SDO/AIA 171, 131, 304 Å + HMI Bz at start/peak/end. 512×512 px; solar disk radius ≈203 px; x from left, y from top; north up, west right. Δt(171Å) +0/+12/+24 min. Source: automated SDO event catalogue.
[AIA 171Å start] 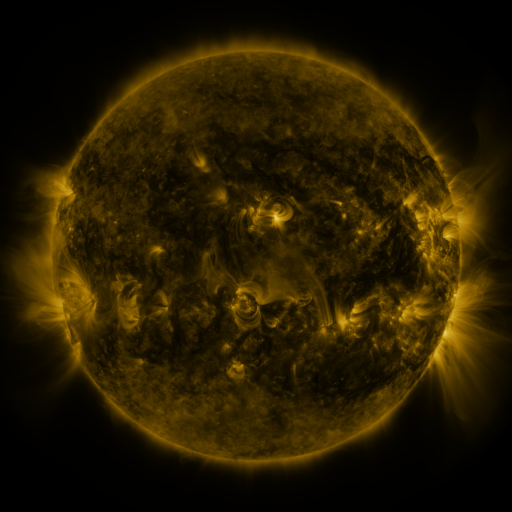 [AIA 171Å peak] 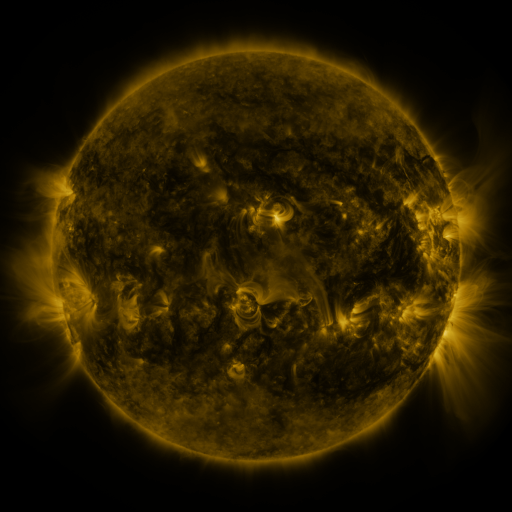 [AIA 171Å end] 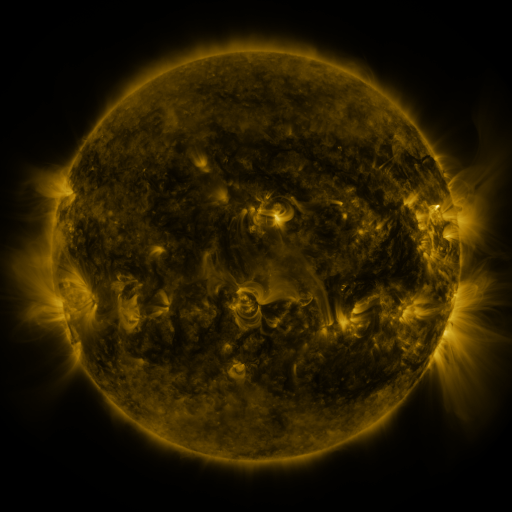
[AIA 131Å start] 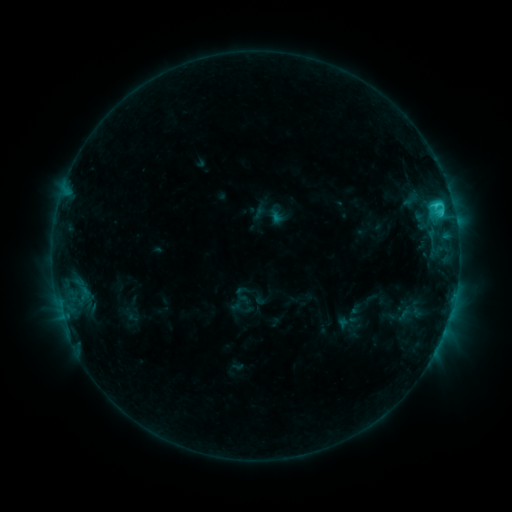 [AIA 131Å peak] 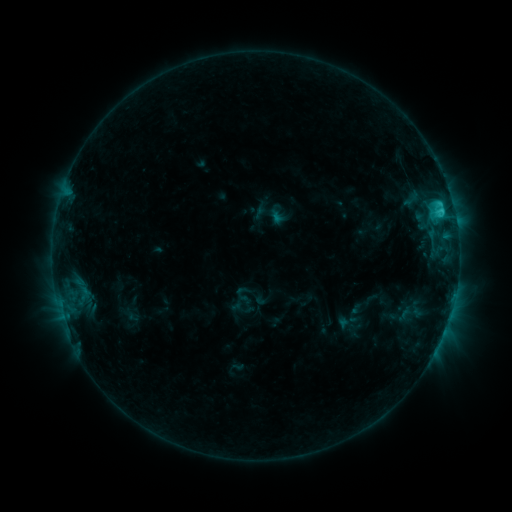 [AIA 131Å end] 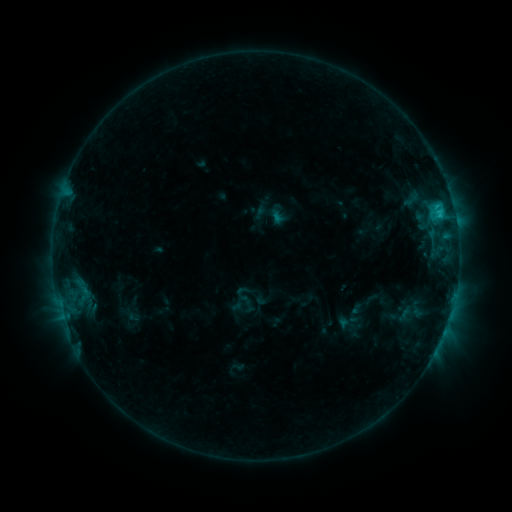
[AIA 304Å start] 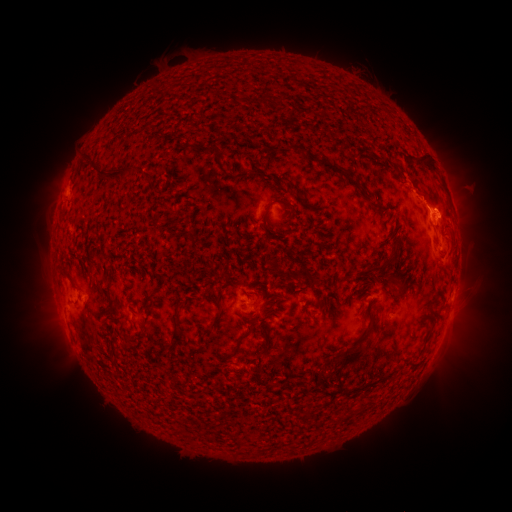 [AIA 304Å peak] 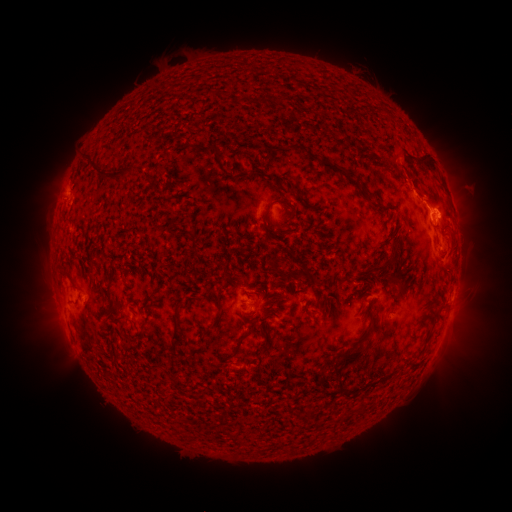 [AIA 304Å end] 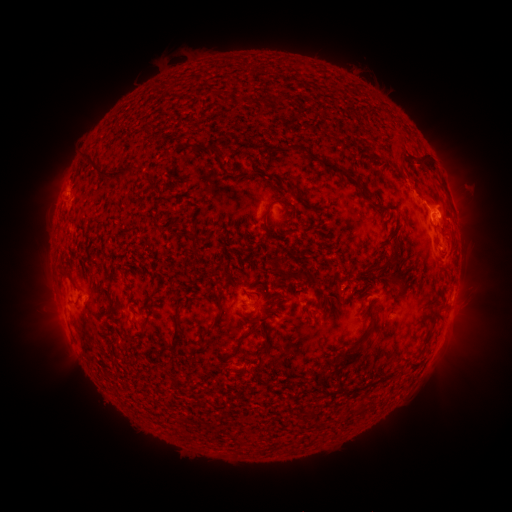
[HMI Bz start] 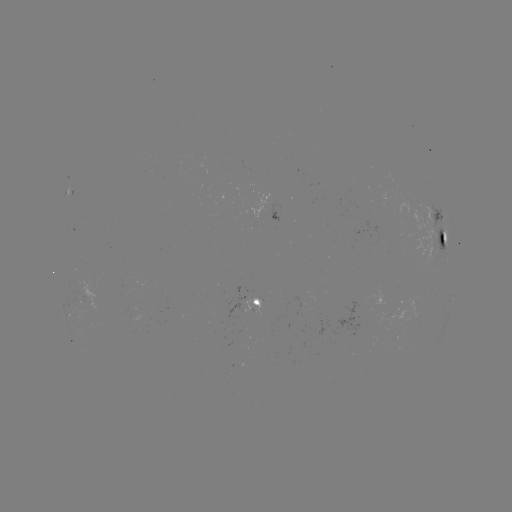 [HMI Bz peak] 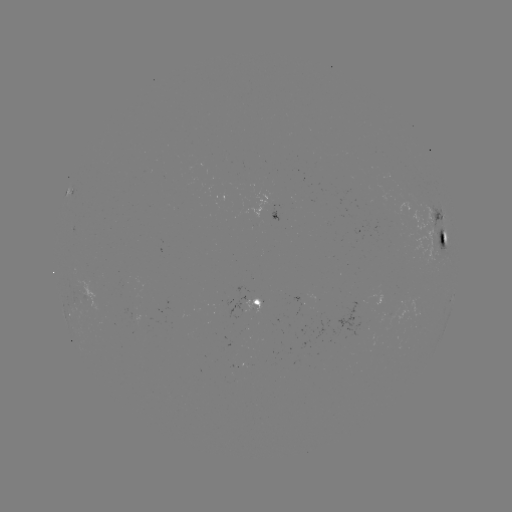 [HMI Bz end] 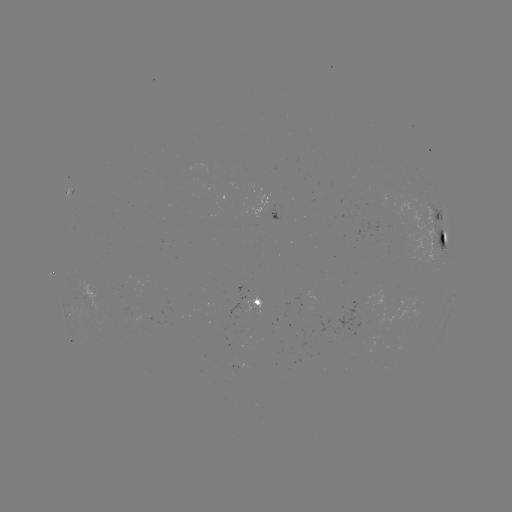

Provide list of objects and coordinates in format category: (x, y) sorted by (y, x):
eruption: (409, 169)
